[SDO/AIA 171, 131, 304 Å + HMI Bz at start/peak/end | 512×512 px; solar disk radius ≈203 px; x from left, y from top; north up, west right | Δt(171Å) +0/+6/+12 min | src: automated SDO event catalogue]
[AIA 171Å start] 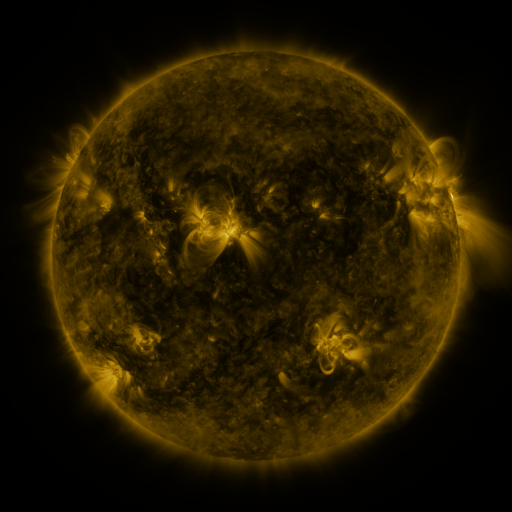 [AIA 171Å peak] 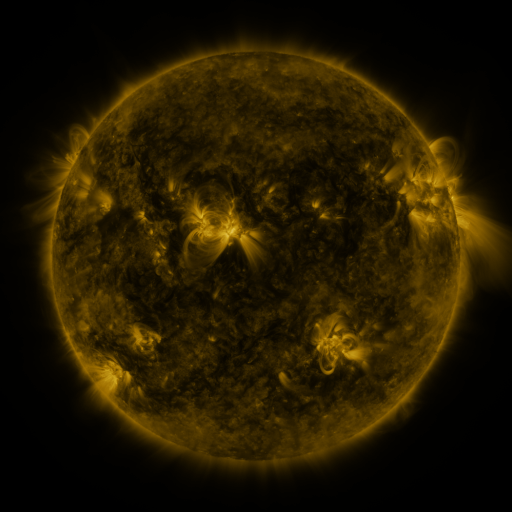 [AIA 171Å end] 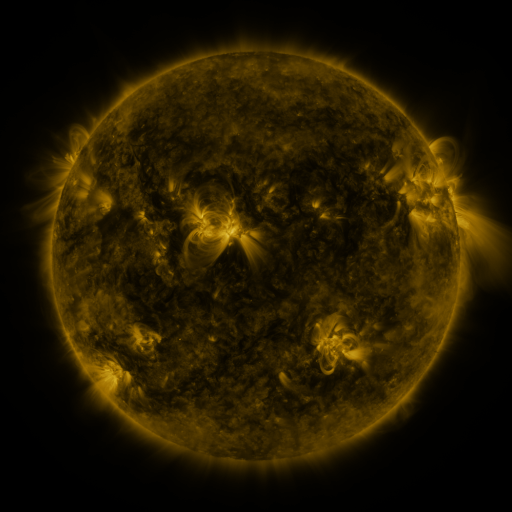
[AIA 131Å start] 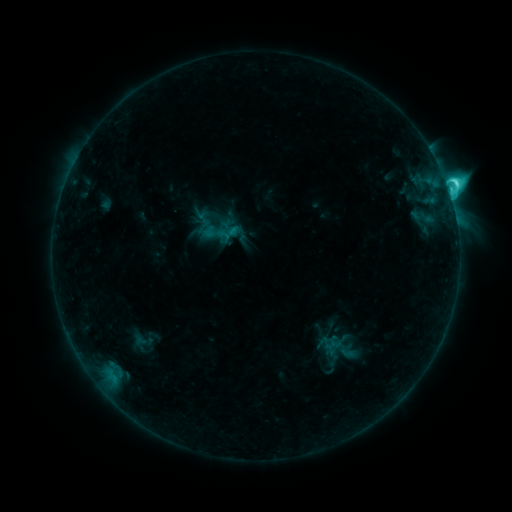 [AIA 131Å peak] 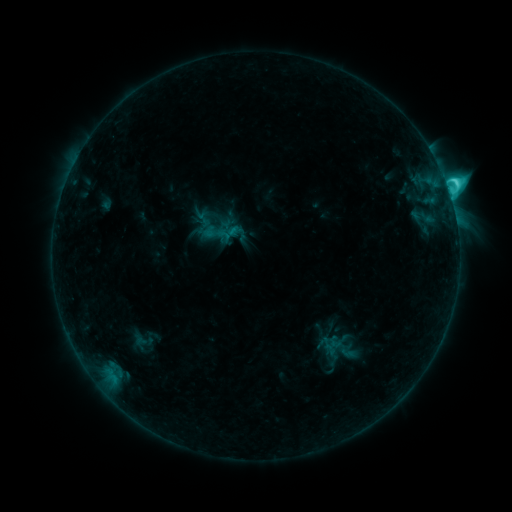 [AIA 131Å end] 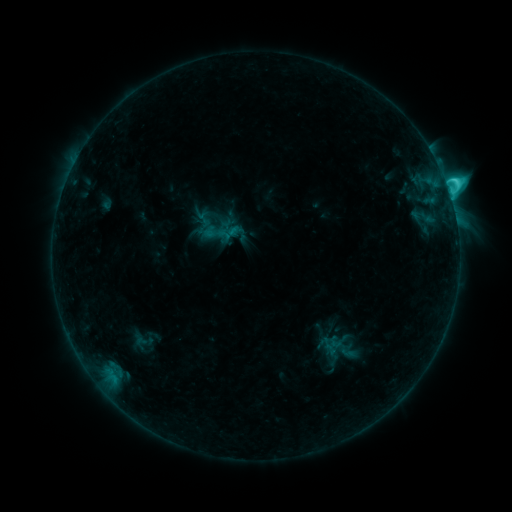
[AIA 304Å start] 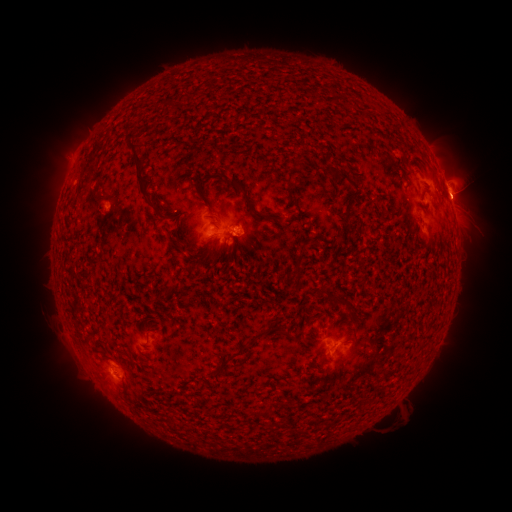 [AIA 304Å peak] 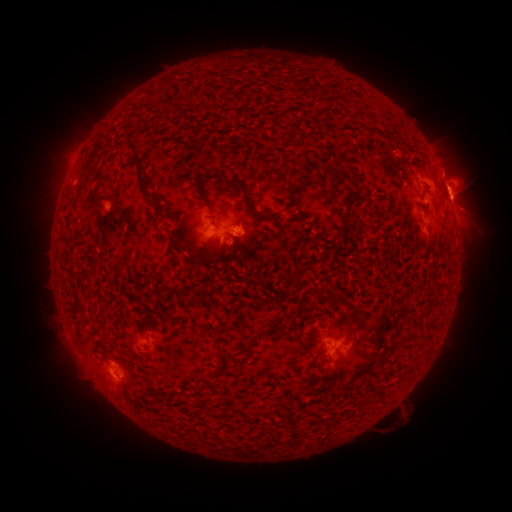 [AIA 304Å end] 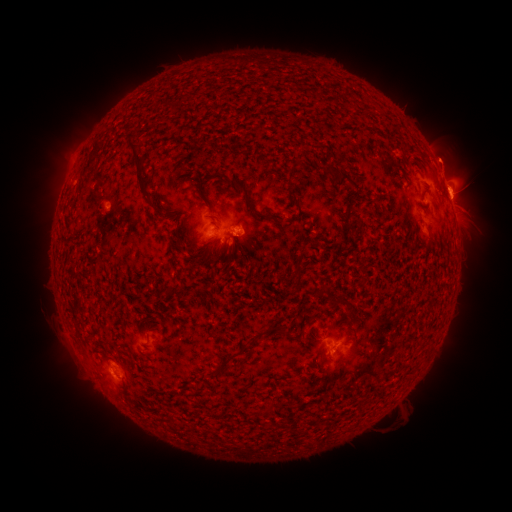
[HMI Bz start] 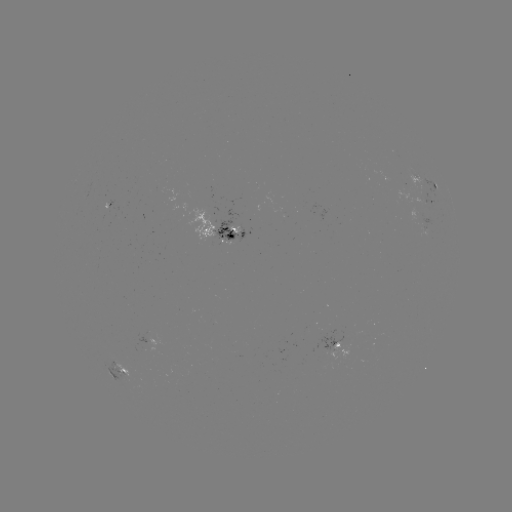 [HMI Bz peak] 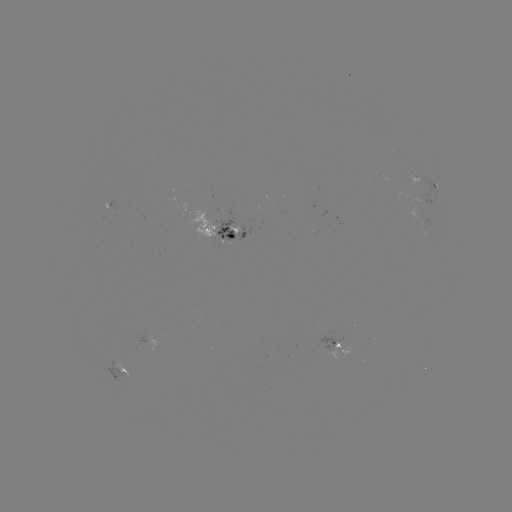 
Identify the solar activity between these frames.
eruption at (450, 157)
